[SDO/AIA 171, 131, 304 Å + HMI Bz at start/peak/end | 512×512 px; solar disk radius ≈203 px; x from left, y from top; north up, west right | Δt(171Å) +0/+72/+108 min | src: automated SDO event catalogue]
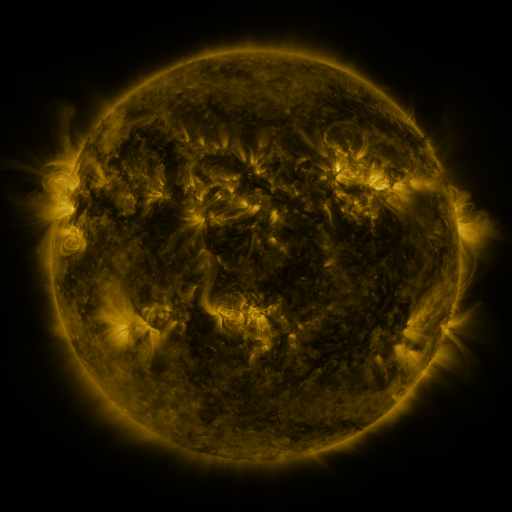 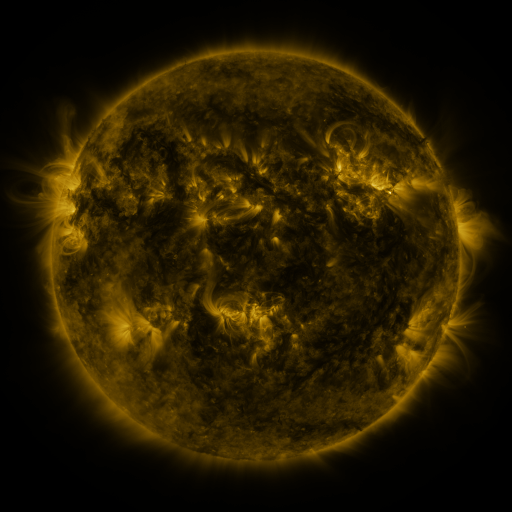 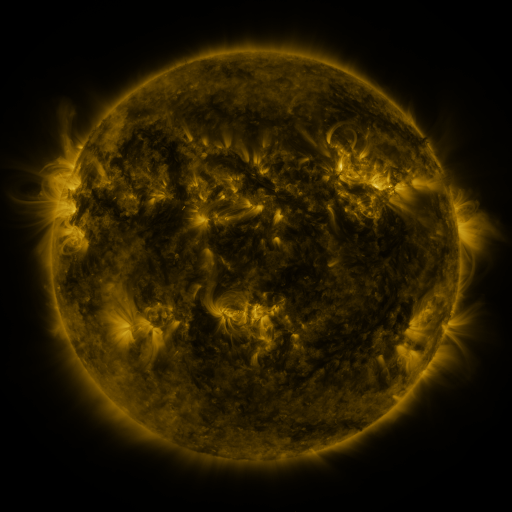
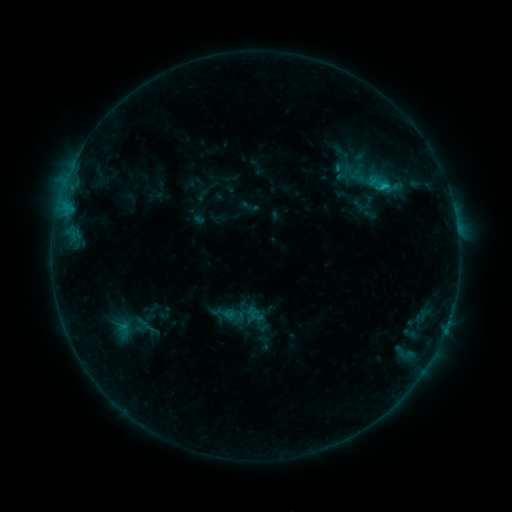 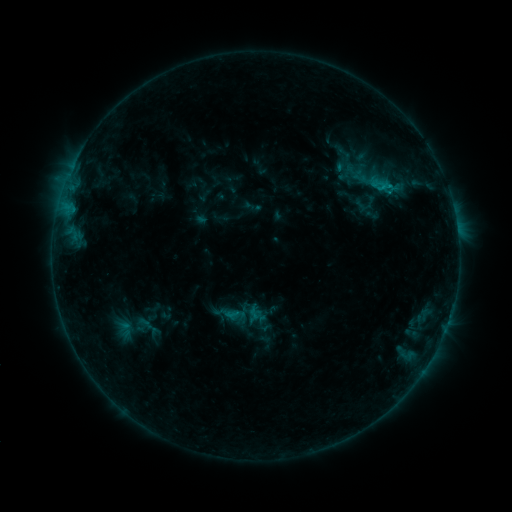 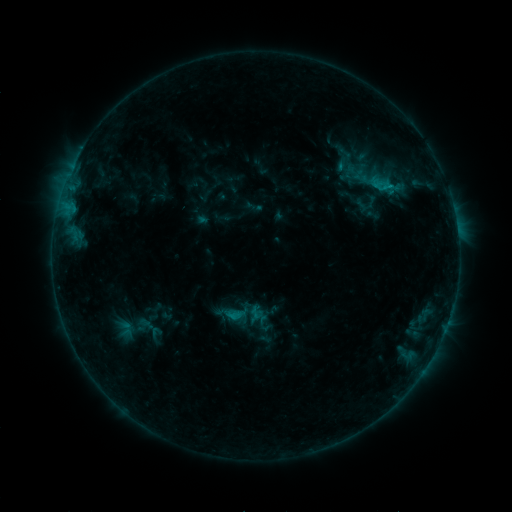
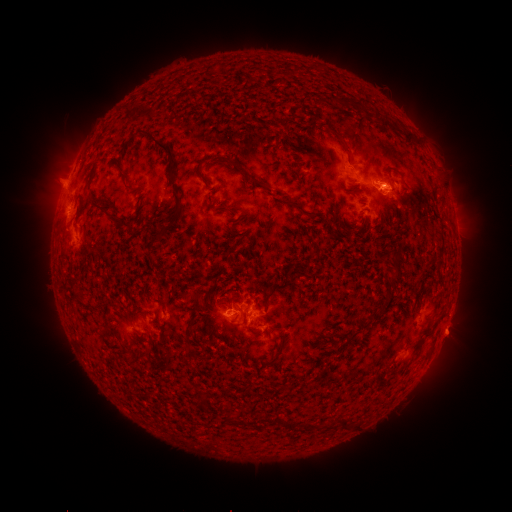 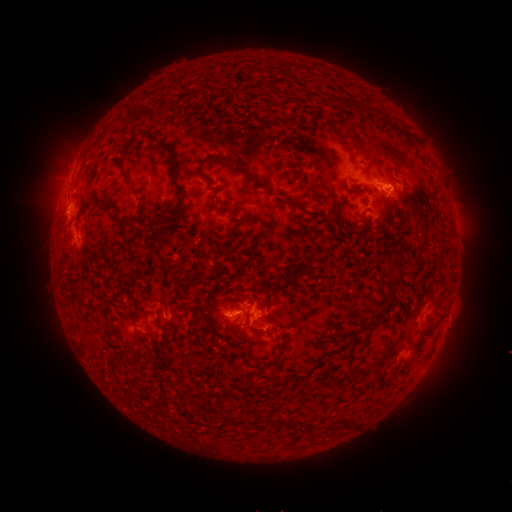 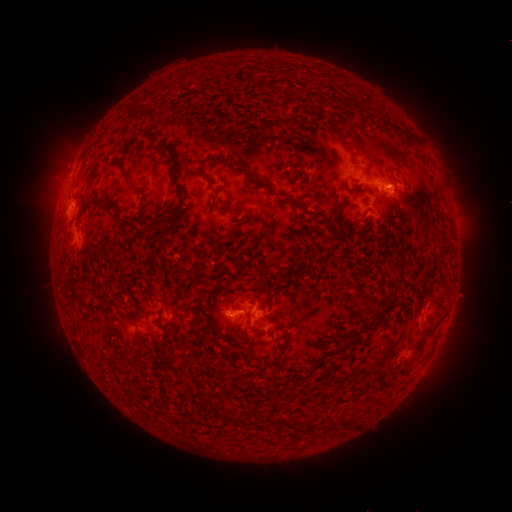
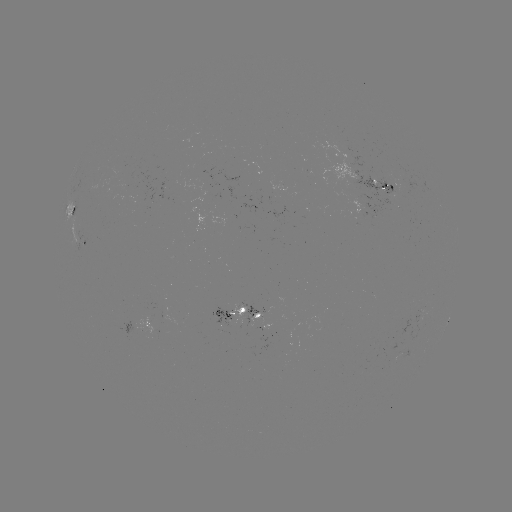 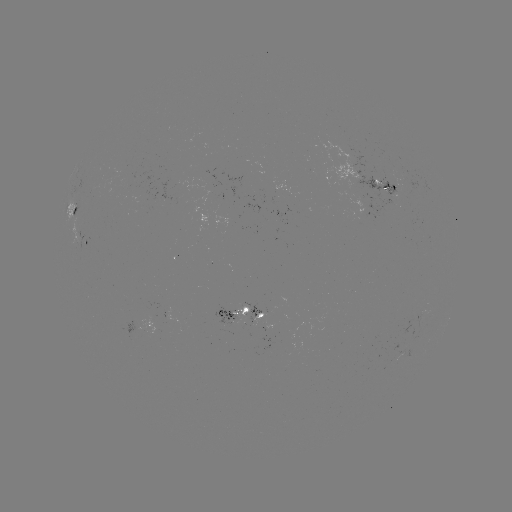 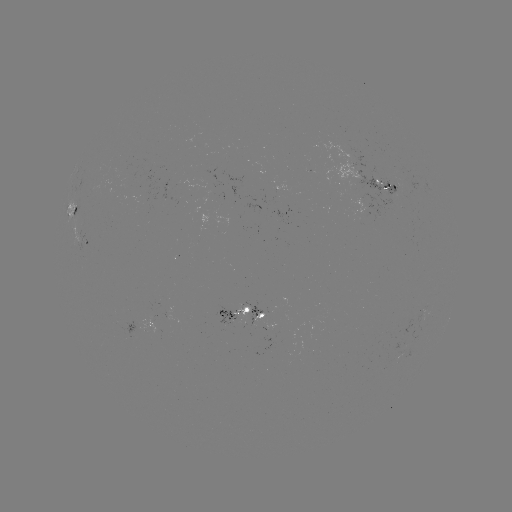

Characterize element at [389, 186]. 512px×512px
emerging-flux region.